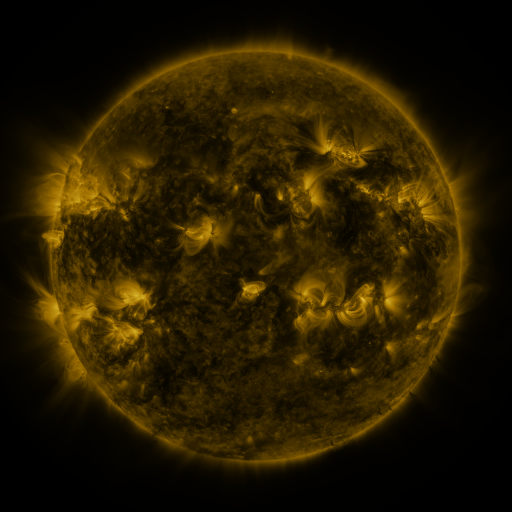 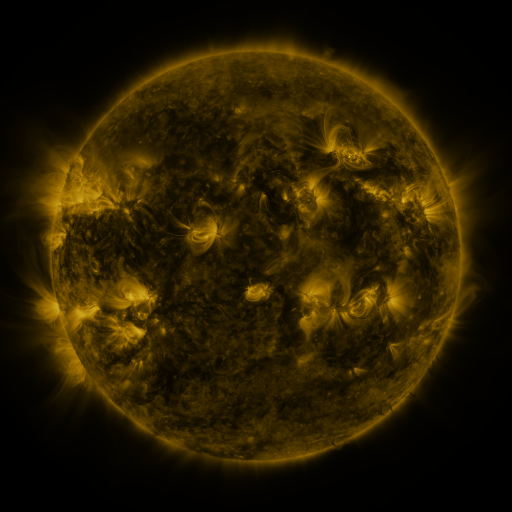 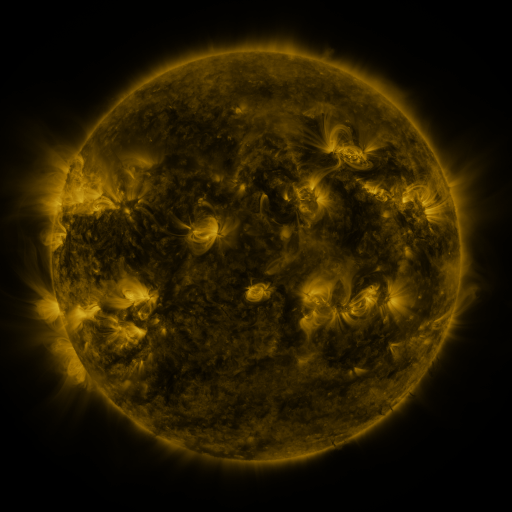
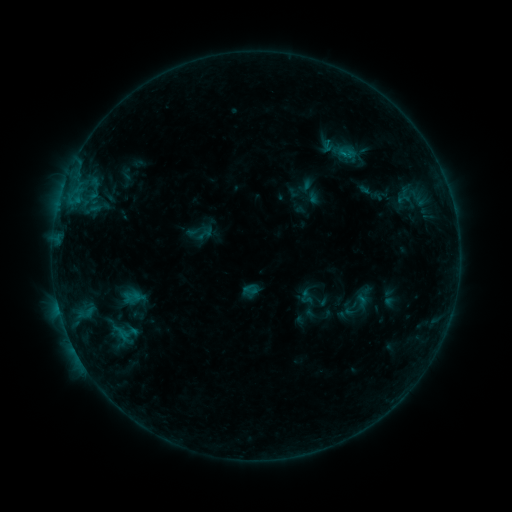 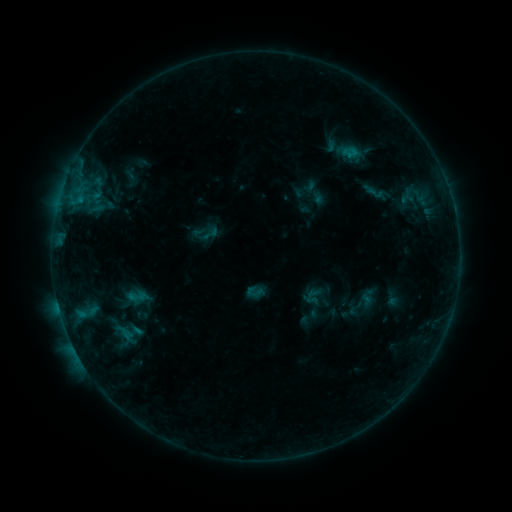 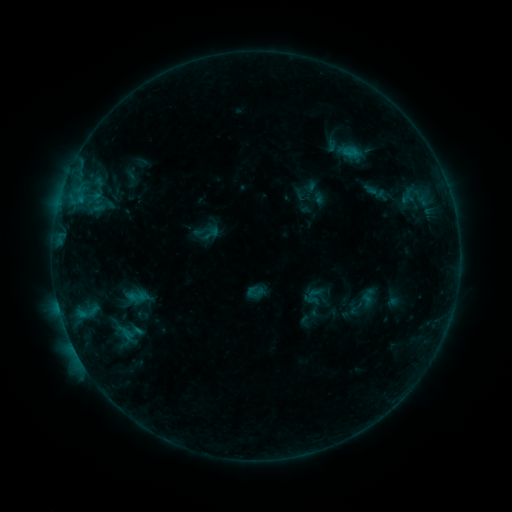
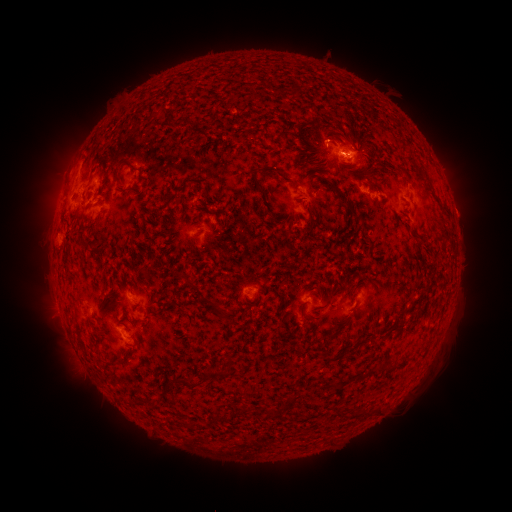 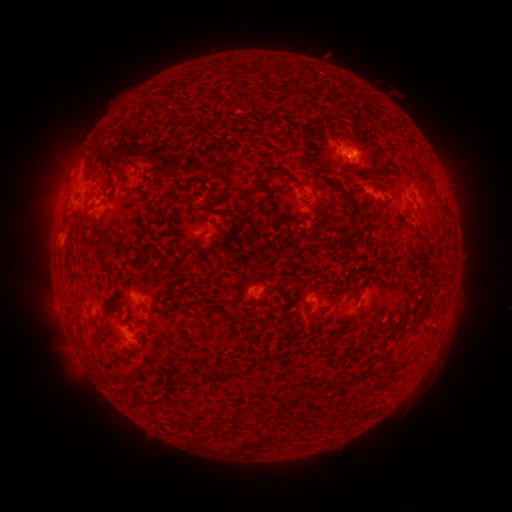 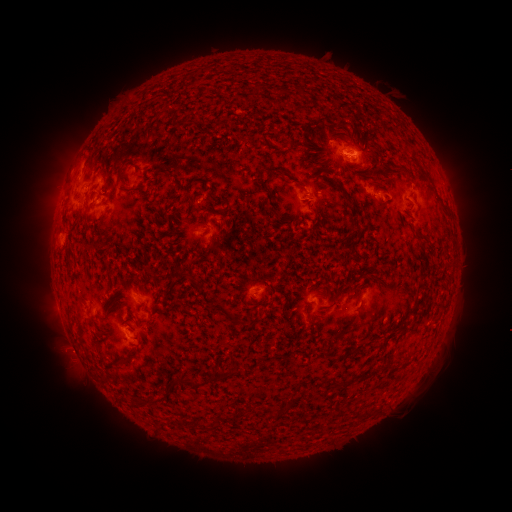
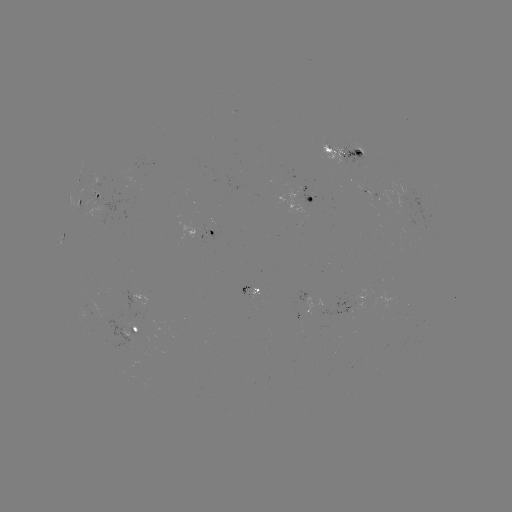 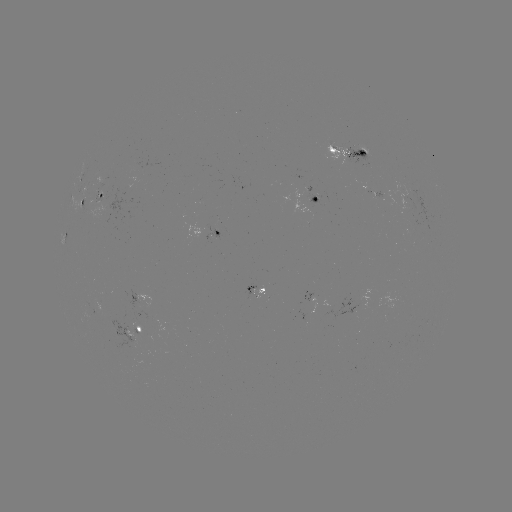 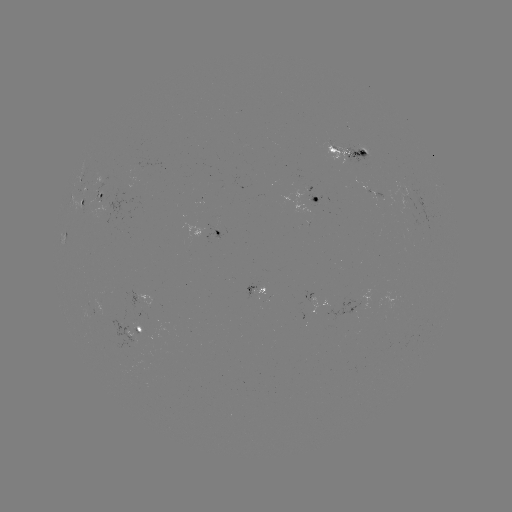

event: emerging-flux region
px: (102, 180)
